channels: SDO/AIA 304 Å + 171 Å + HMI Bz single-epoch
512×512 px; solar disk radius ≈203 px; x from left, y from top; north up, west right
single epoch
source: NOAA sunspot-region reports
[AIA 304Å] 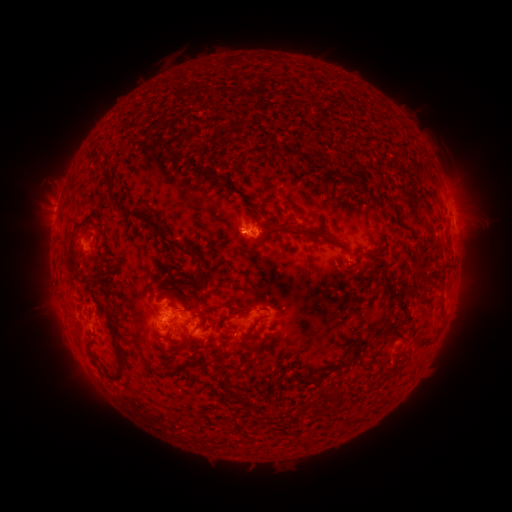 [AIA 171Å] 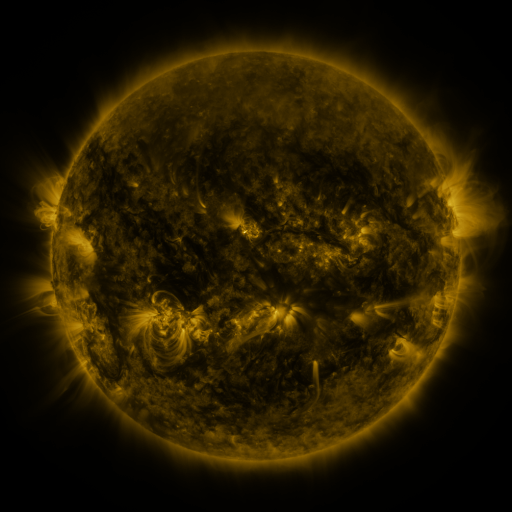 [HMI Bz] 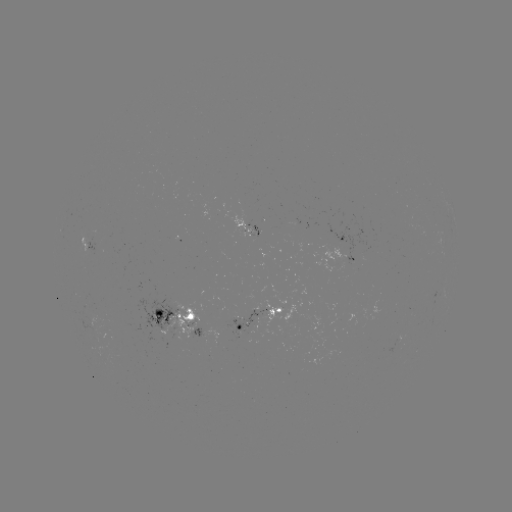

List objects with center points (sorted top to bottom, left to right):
spotted active region: (451, 201)
spotted active region: (343, 239)
spotted active region: (351, 260)
spotted active region: (174, 313)
spotted active region: (259, 318)
